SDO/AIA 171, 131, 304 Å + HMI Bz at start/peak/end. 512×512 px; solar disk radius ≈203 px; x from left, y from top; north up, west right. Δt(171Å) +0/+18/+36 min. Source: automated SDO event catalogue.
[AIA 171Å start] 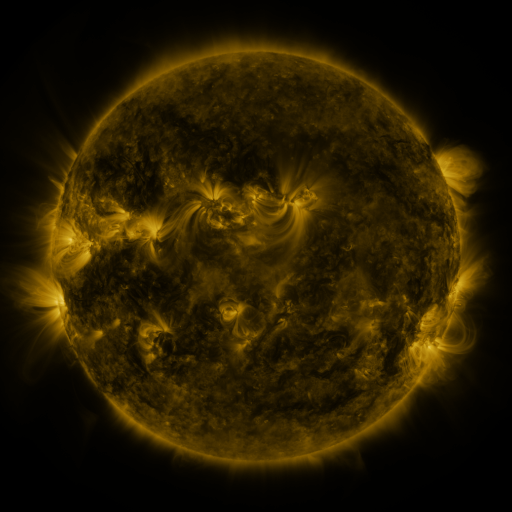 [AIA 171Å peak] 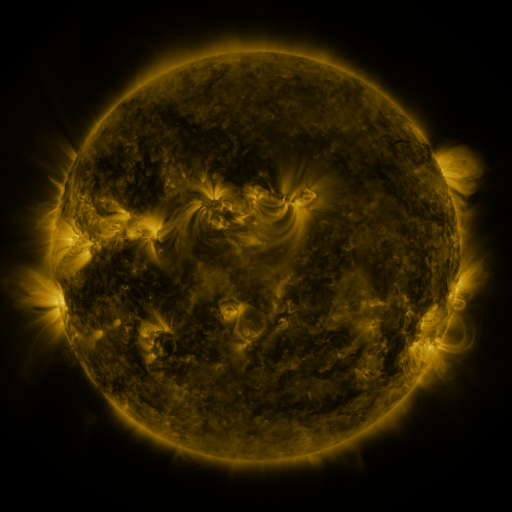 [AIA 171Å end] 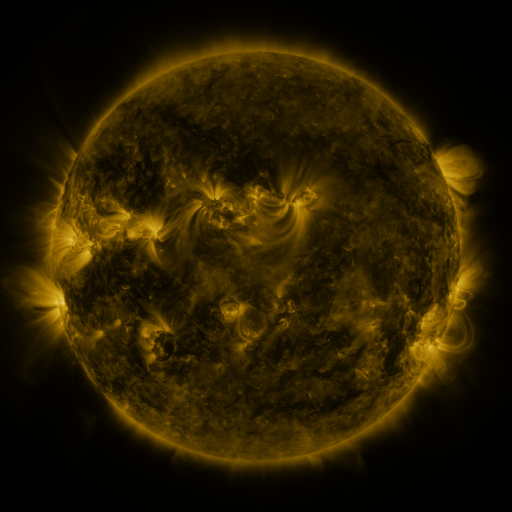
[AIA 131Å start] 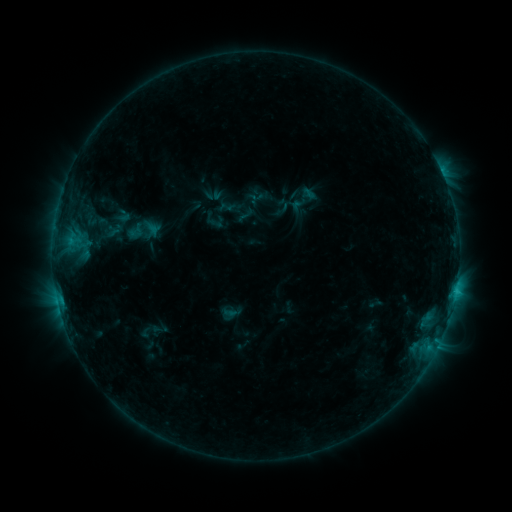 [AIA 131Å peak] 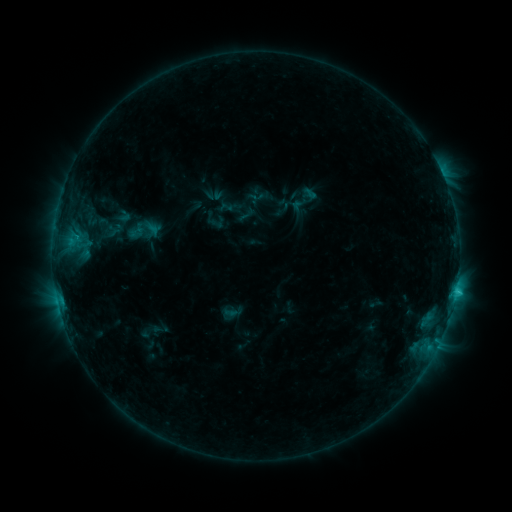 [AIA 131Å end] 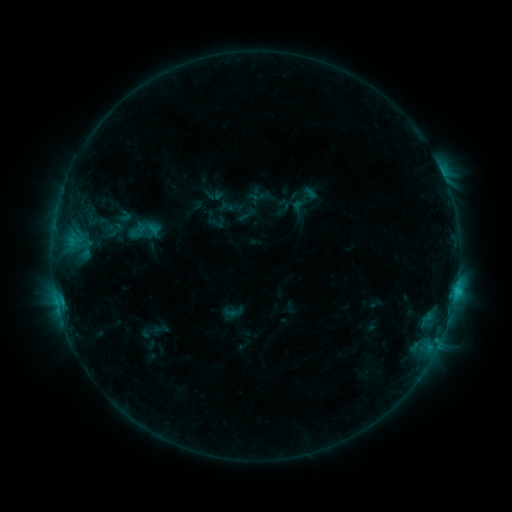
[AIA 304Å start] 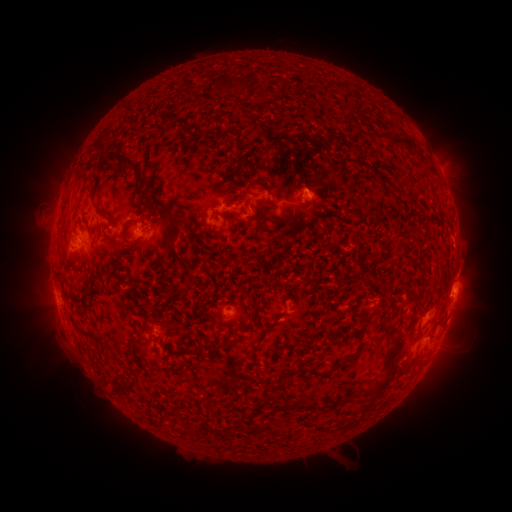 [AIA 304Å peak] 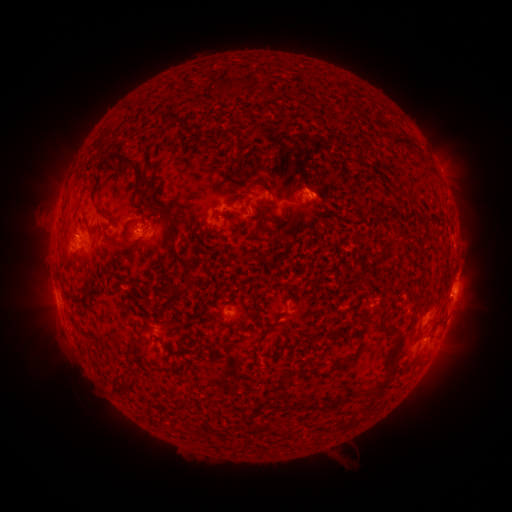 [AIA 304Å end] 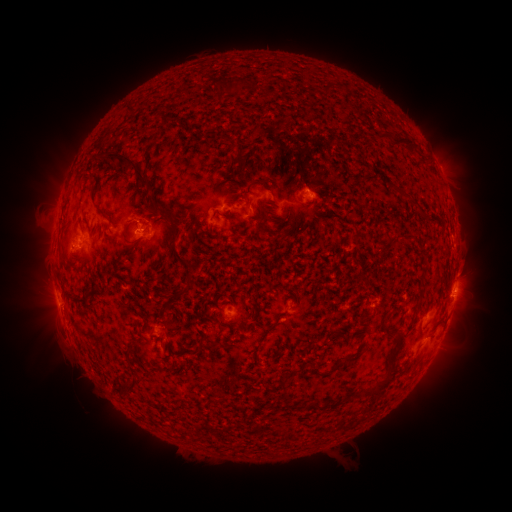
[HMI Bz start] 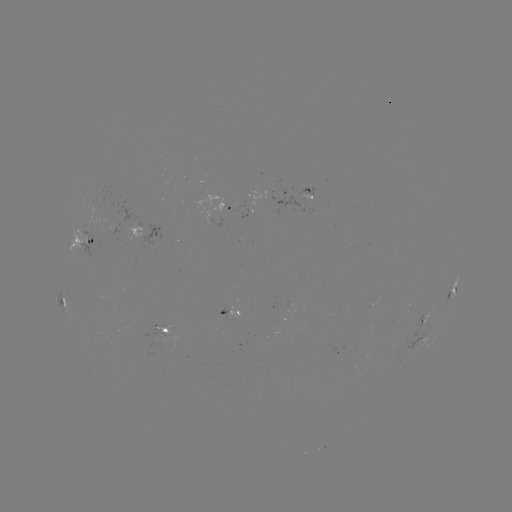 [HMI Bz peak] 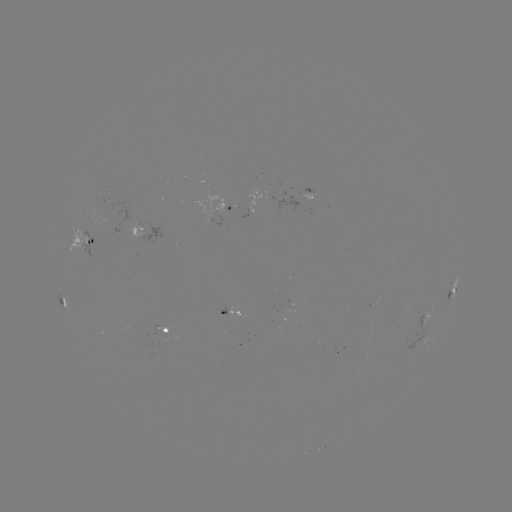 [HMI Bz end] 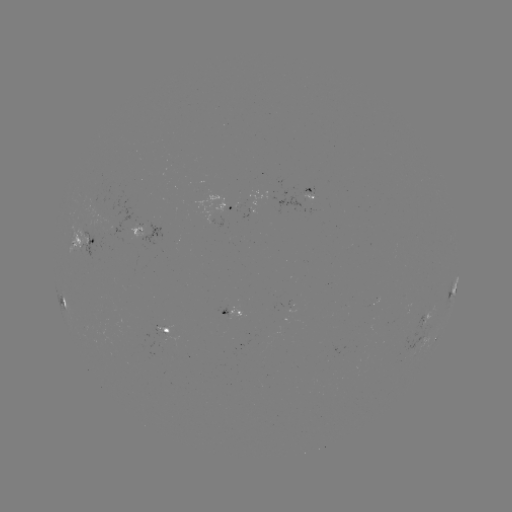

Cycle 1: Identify C1.6 flare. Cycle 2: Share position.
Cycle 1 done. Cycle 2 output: (455, 291).